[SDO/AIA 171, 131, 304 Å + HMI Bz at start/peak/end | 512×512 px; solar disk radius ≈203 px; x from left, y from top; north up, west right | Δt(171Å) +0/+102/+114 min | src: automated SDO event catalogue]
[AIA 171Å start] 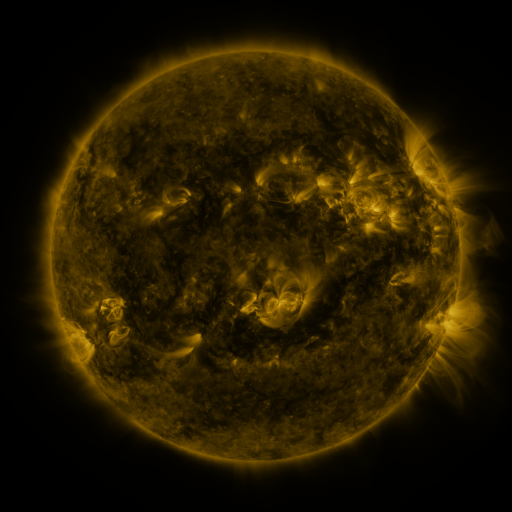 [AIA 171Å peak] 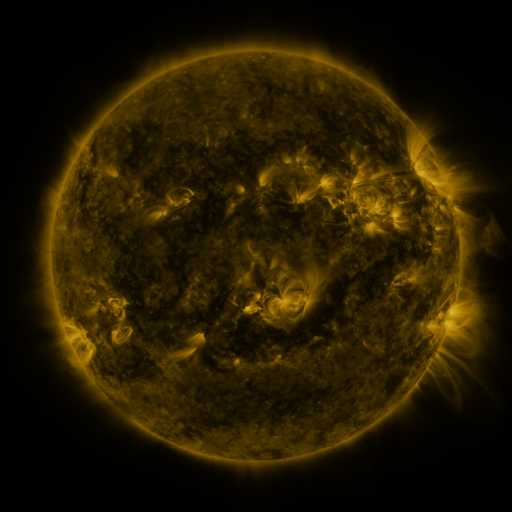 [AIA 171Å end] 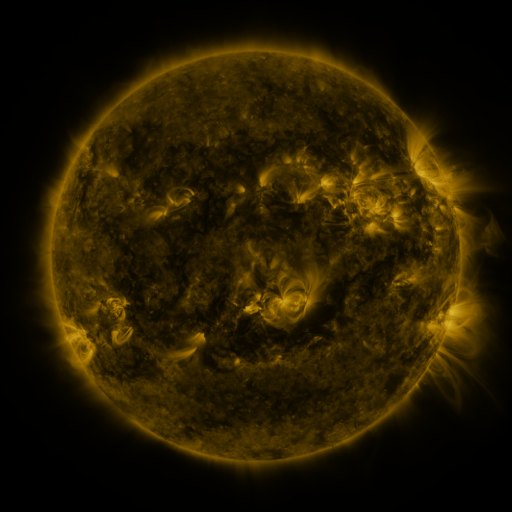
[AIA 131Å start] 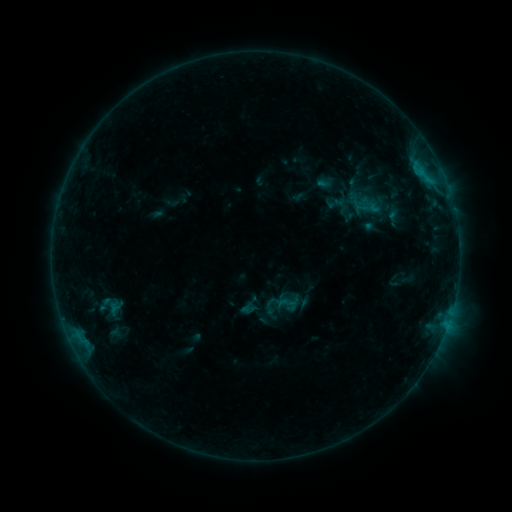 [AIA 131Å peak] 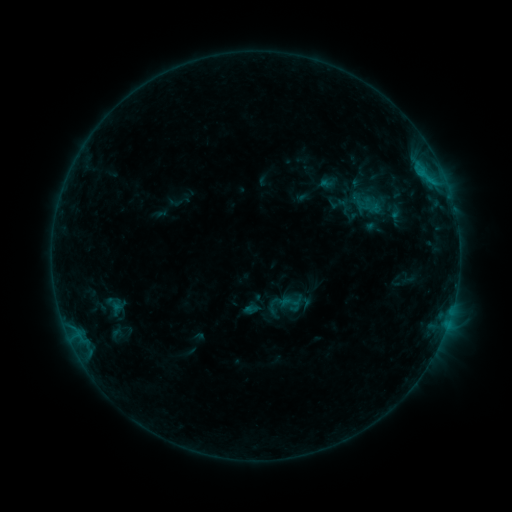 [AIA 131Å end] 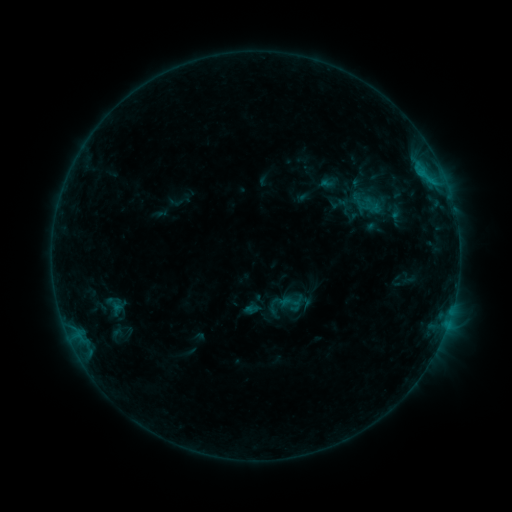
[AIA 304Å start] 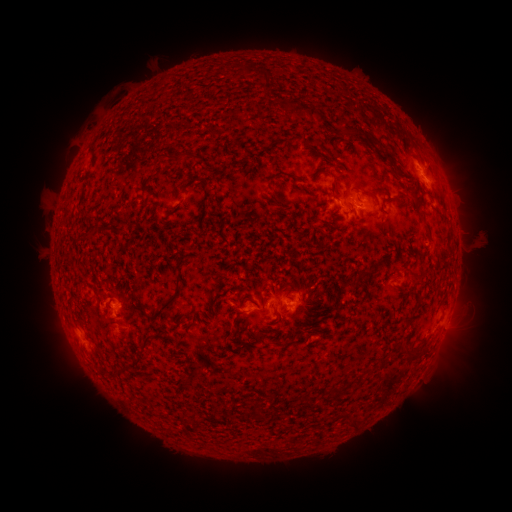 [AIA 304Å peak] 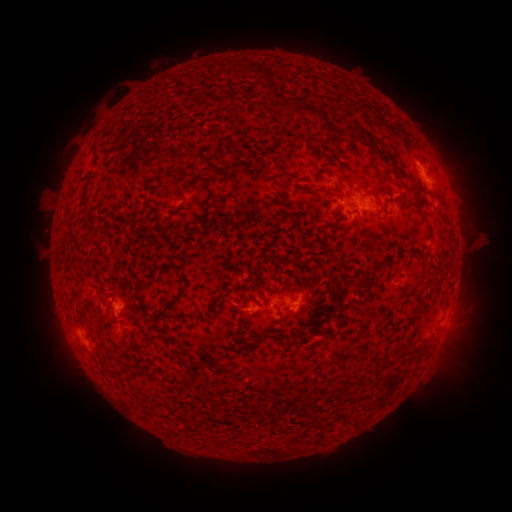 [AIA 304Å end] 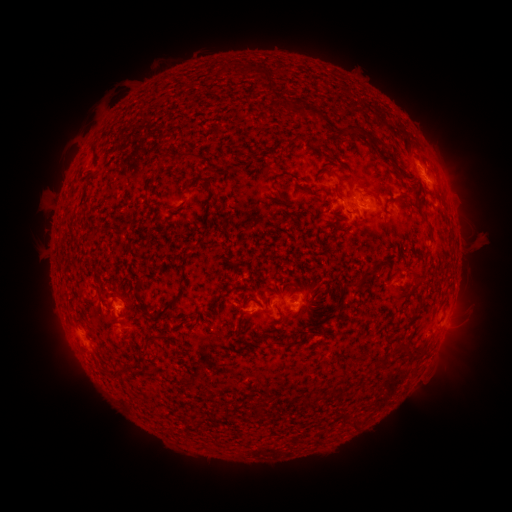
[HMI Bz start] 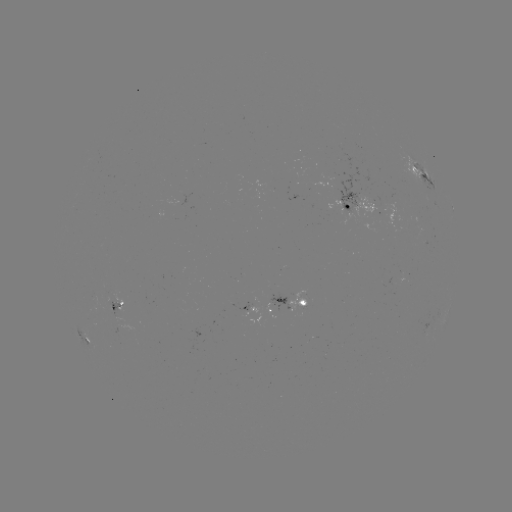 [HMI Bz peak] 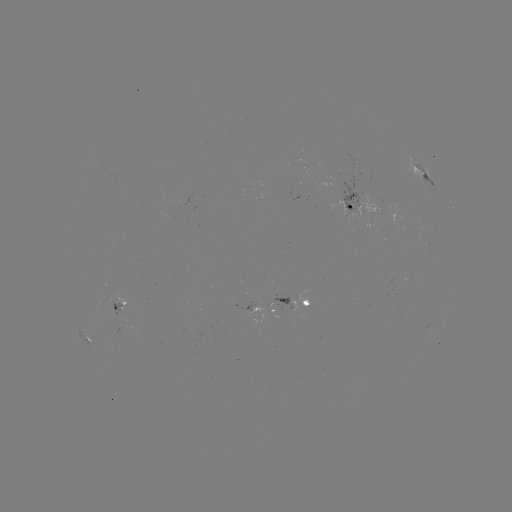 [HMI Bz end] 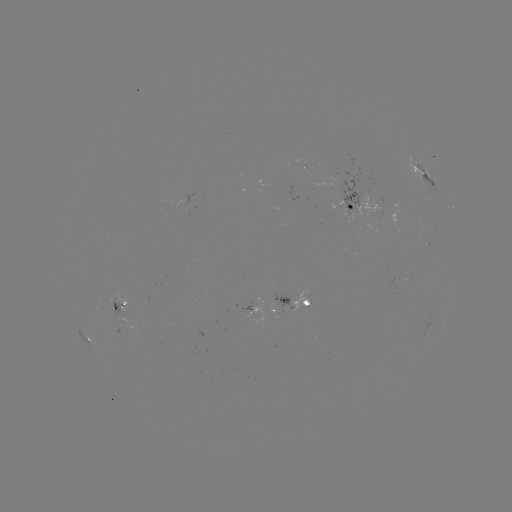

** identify emerging-flux region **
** (344, 211) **